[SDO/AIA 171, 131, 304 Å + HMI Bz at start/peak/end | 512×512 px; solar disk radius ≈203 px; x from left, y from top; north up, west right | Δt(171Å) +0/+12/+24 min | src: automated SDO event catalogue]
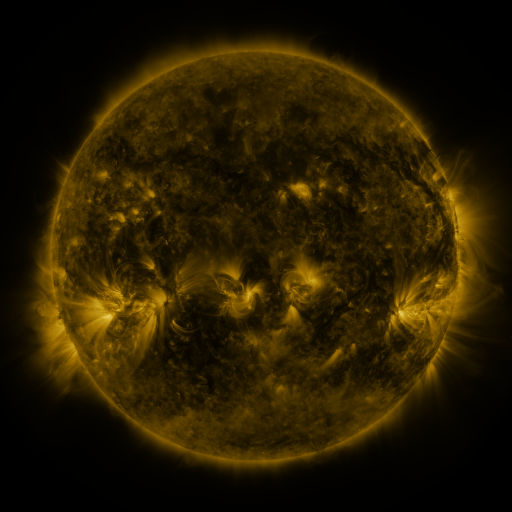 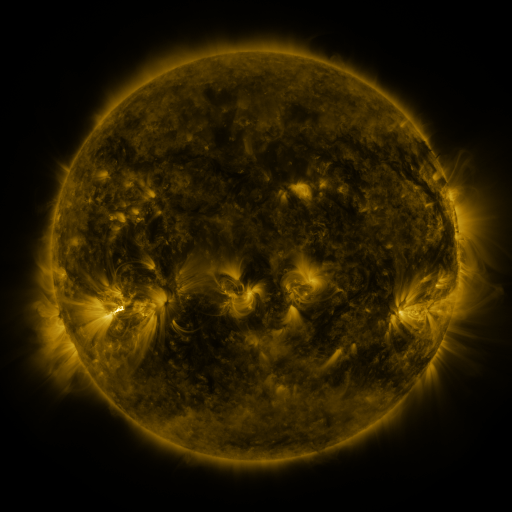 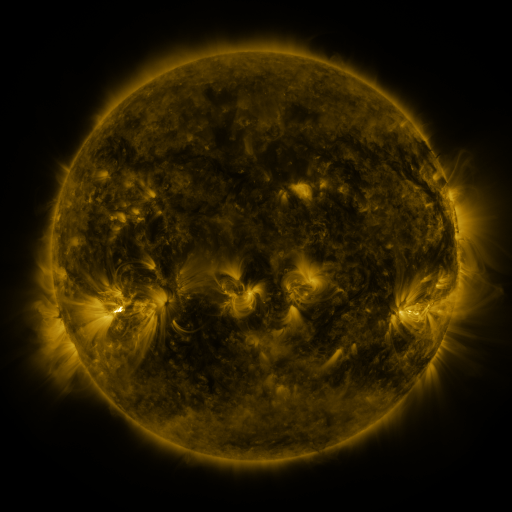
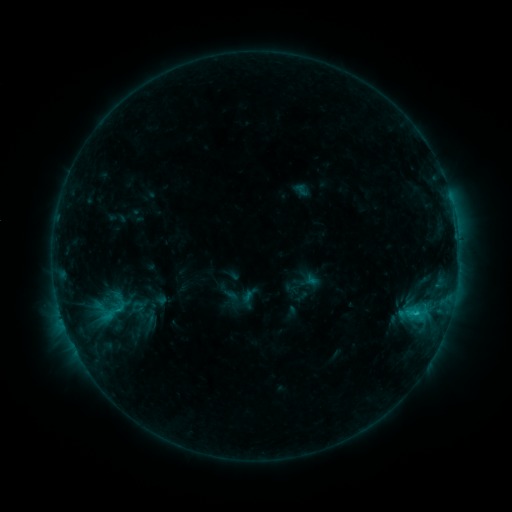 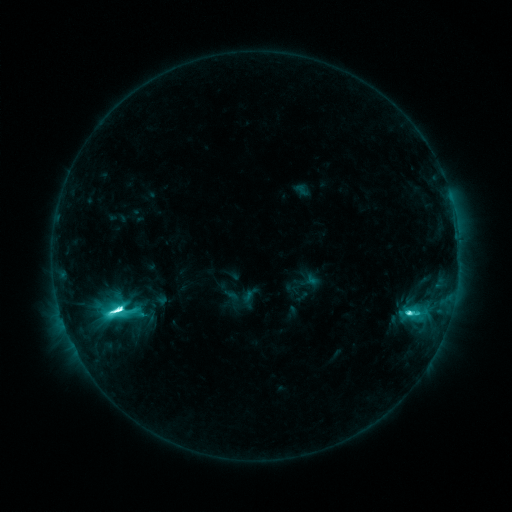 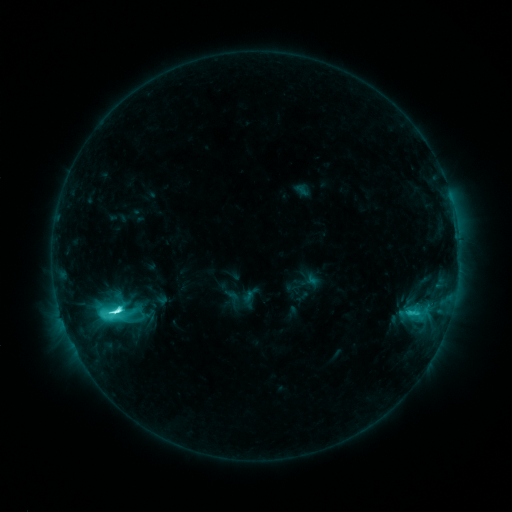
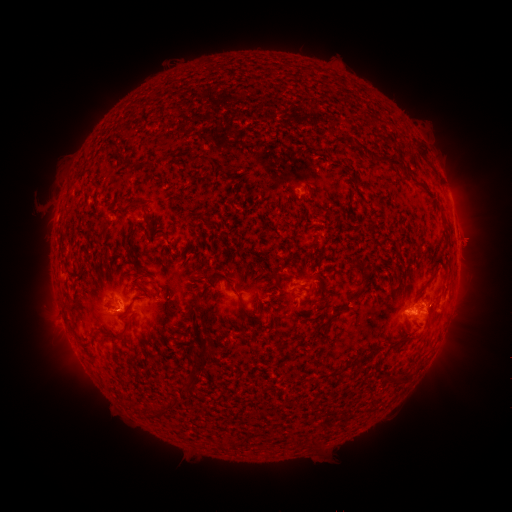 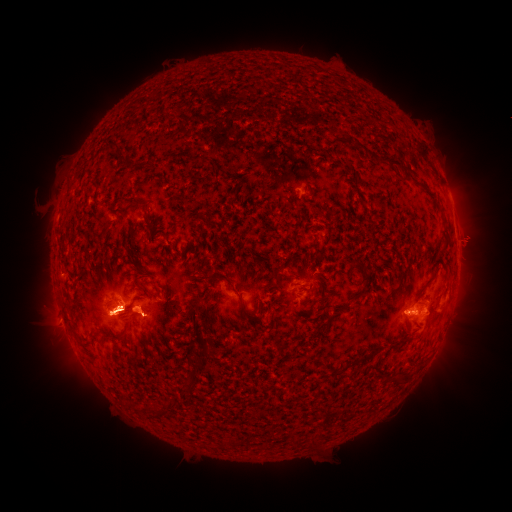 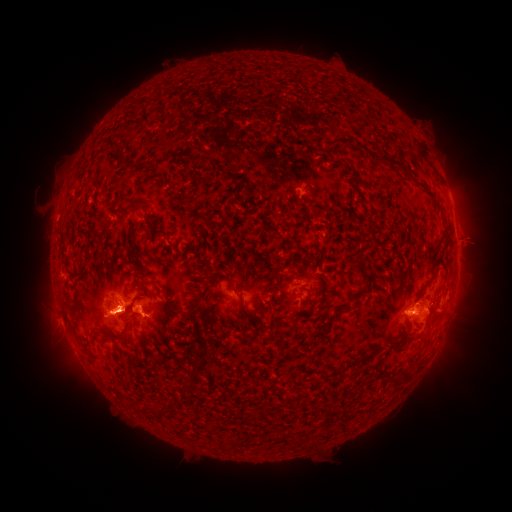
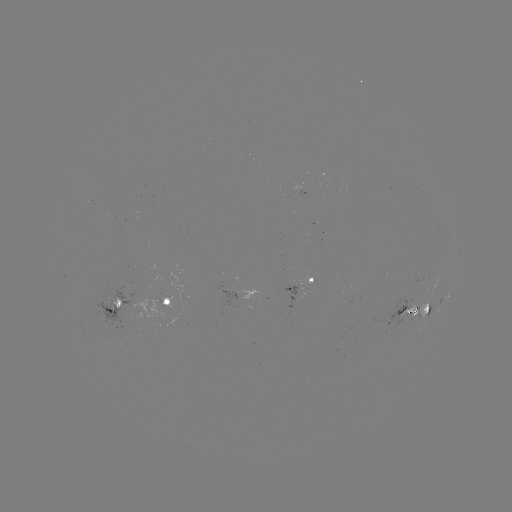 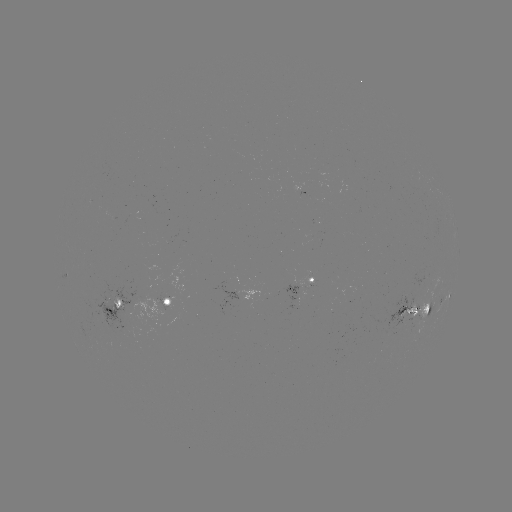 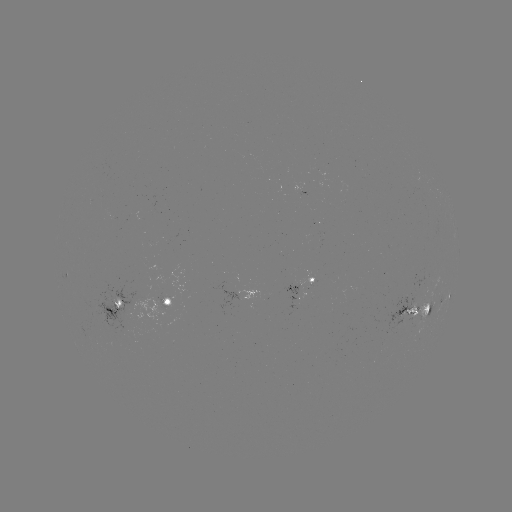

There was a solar flare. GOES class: M1.6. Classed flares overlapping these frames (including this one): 1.